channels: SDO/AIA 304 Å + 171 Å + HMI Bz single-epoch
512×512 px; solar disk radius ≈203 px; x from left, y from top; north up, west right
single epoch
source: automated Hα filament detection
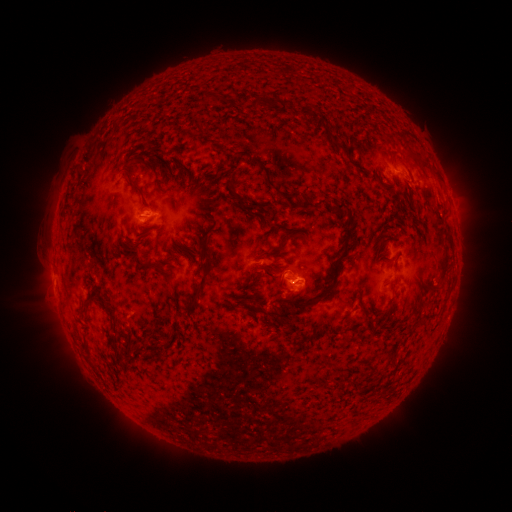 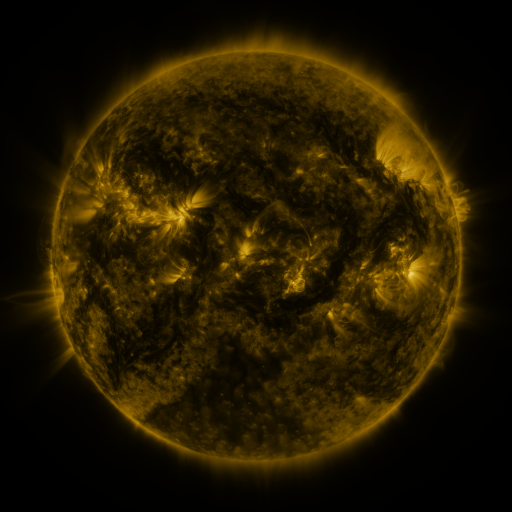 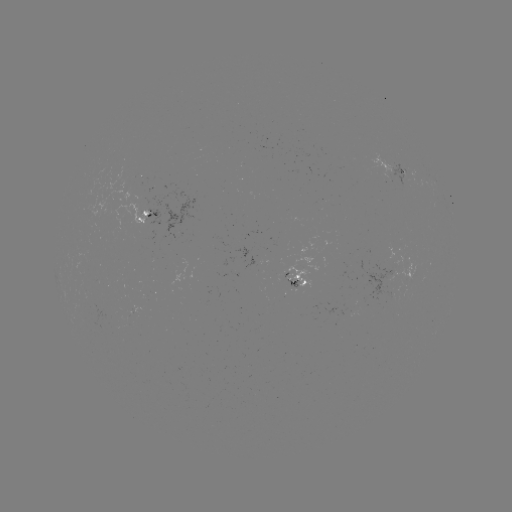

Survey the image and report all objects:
filament: [202, 93, 228, 105]
filament: [249, 96, 319, 120]
filament: [191, 122, 203, 131]
filament: [249, 127, 272, 140]
filament: [324, 128, 343, 151]
filament: [406, 150, 428, 167]
filament: [252, 156, 309, 208]
filament: [123, 169, 142, 196]
filament: [181, 171, 192, 187]
filament: [226, 177, 249, 211]
filament: [62, 197, 70, 214]
filament: [265, 199, 355, 320]
filament: [280, 225, 291, 232]
filament: [281, 231, 303, 241]
filament: [357, 232, 373, 244]
filament: [138, 233, 148, 241]
filament: [196, 233, 205, 244]
filament: [436, 240, 450, 280]
filament: [120, 244, 167, 276]
filament: [260, 248, 274, 257]
filament: [190, 257, 215, 308]
filament: [392, 259, 398, 270]
filament: [262, 263, 275, 274]
filament: [241, 280, 251, 287]
filament: [428, 281, 438, 291]
filament: [94, 292, 116, 324]
filament: [182, 300, 191, 313]
filament: [358, 300, 367, 314]
filament: [81, 302, 91, 311]
filament: [153, 310, 169, 328]
filament: [168, 329, 177, 341]
filament: [142, 350, 150, 358]
filament: [221, 379, 232, 387]
